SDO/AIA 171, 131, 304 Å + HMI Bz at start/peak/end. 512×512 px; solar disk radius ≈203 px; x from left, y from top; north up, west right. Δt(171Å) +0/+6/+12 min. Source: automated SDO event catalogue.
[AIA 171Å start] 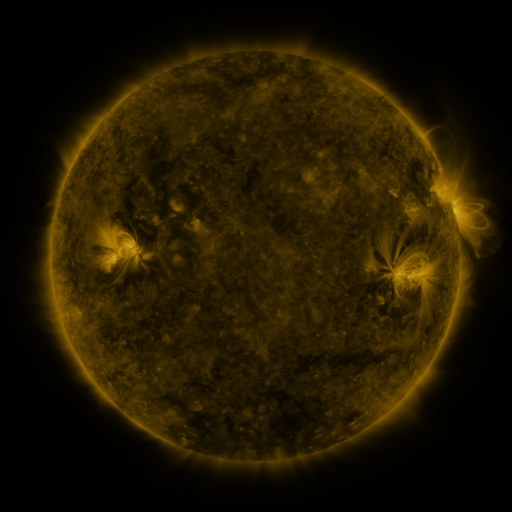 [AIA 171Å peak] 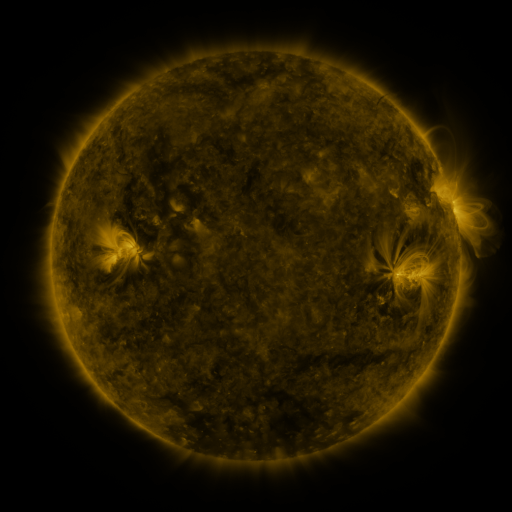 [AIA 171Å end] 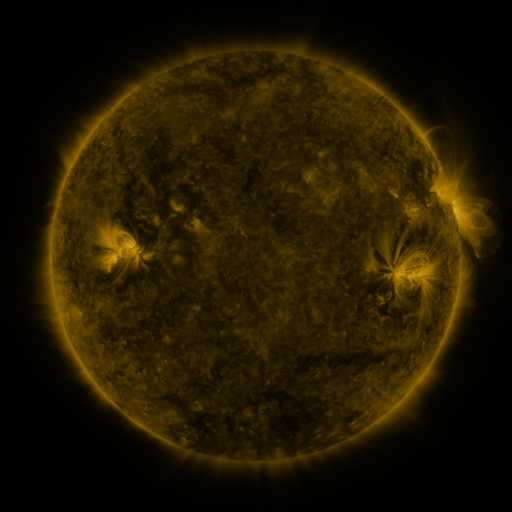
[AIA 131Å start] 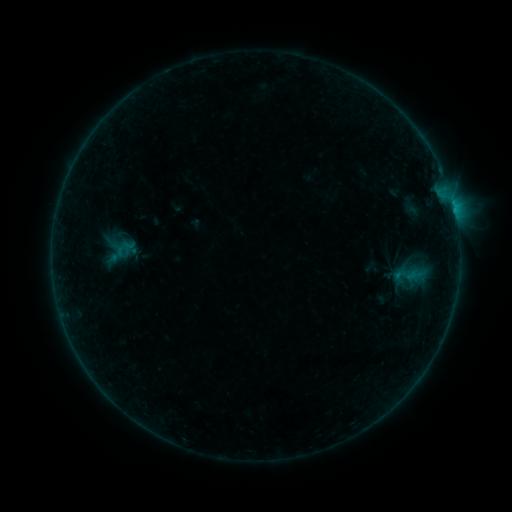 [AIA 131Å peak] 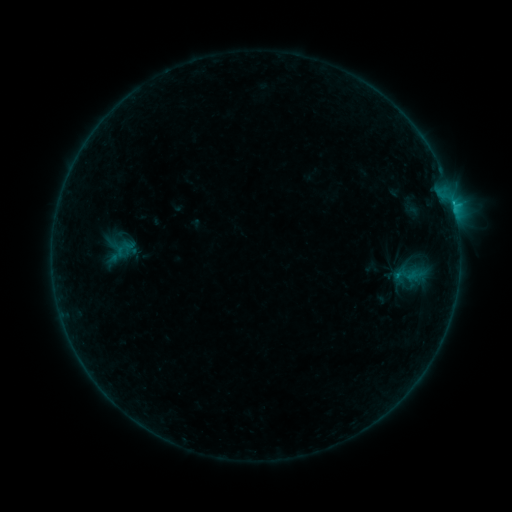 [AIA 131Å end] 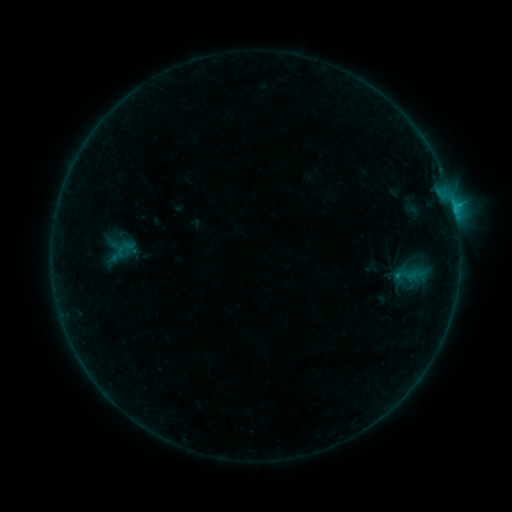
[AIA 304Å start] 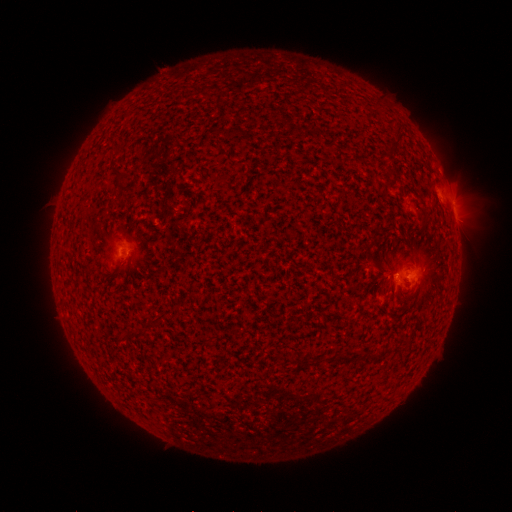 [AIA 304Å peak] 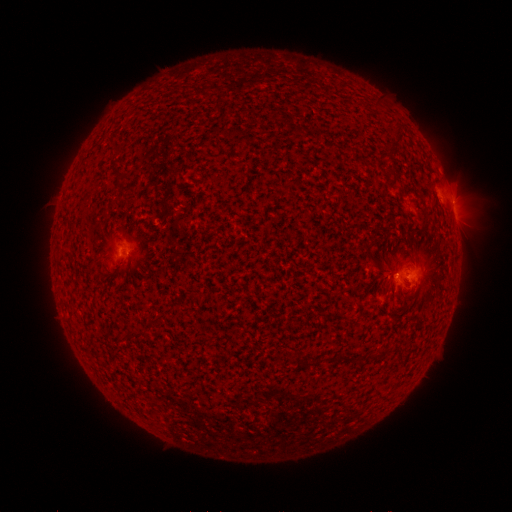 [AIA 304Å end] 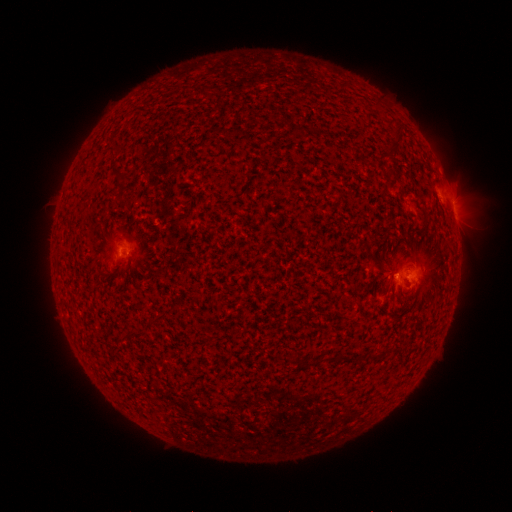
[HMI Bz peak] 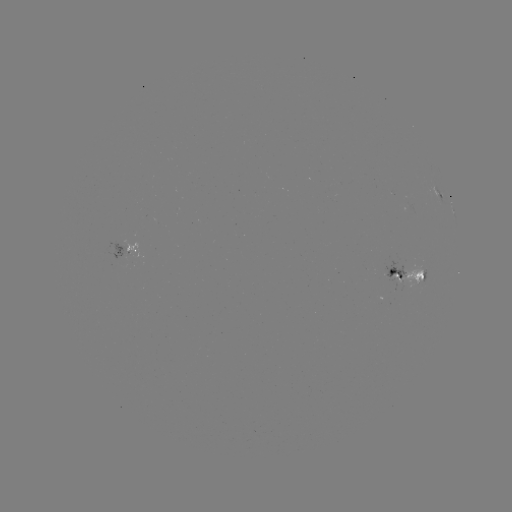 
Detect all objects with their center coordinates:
C1.1 flare: (395, 275)
